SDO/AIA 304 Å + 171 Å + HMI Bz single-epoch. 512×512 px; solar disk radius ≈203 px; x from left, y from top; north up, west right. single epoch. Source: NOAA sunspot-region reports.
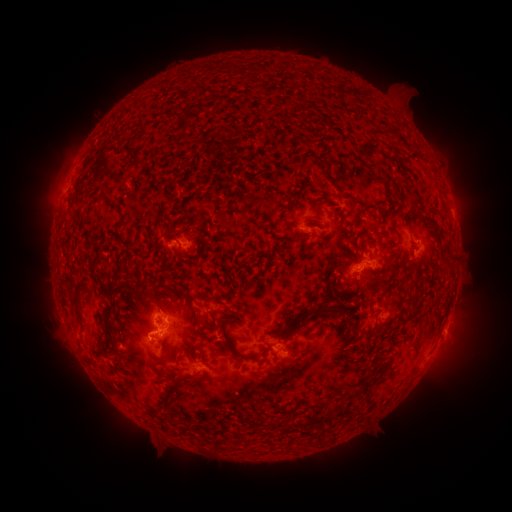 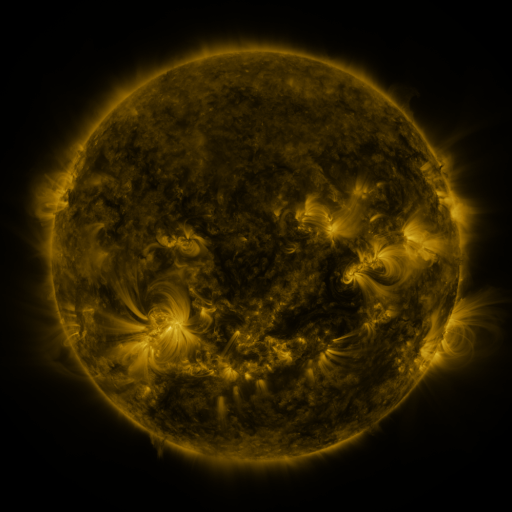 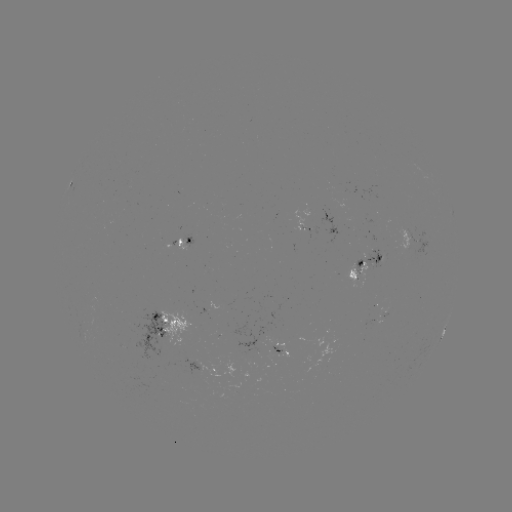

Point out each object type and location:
spotted active region: (75, 179)
spotted active region: (333, 233)
spotted active region: (184, 240)
spotted active region: (366, 266)
spotted active region: (385, 310)
spotted active region: (443, 331)
spotted active region: (170, 333)
spotted active region: (279, 345)
spotted active region: (208, 366)
